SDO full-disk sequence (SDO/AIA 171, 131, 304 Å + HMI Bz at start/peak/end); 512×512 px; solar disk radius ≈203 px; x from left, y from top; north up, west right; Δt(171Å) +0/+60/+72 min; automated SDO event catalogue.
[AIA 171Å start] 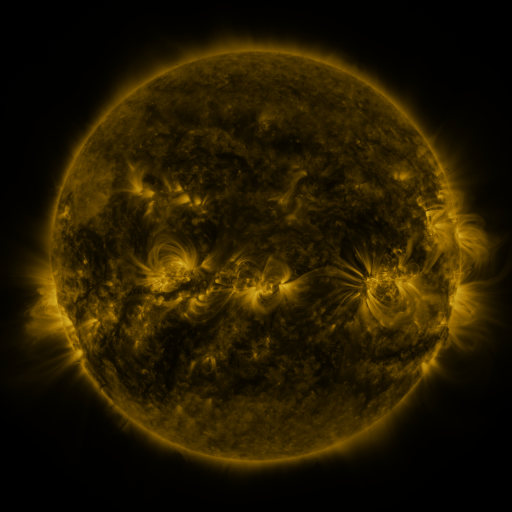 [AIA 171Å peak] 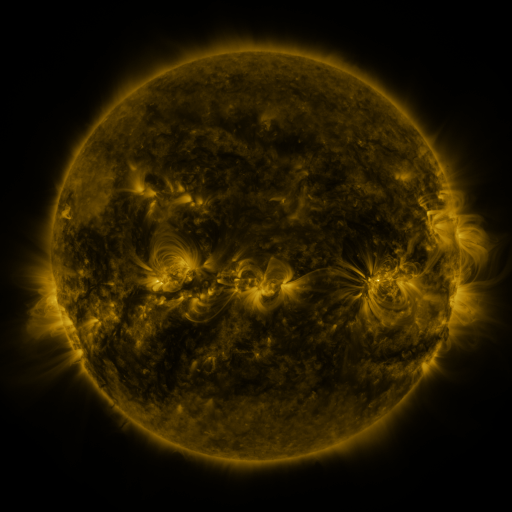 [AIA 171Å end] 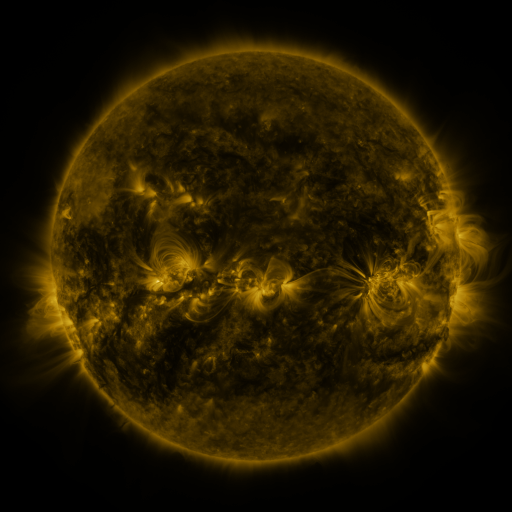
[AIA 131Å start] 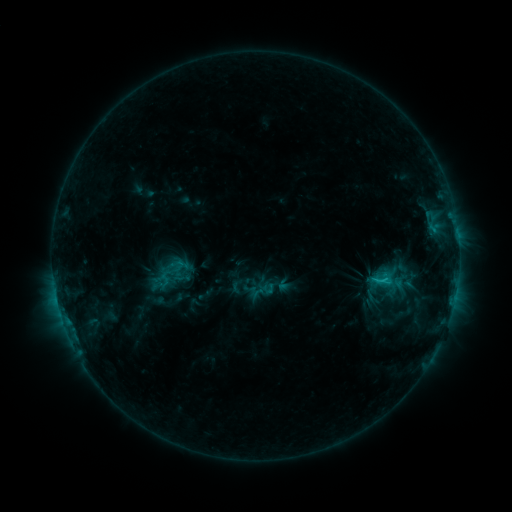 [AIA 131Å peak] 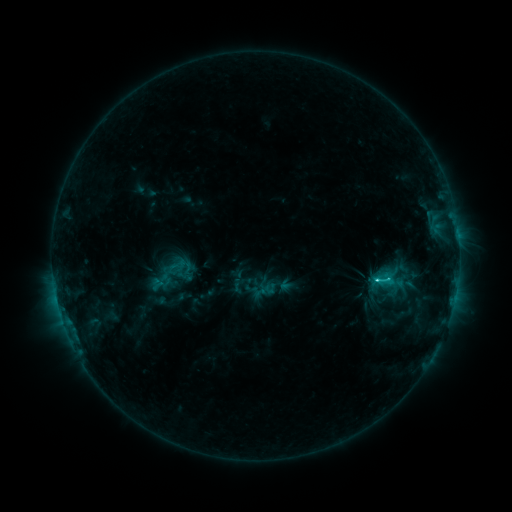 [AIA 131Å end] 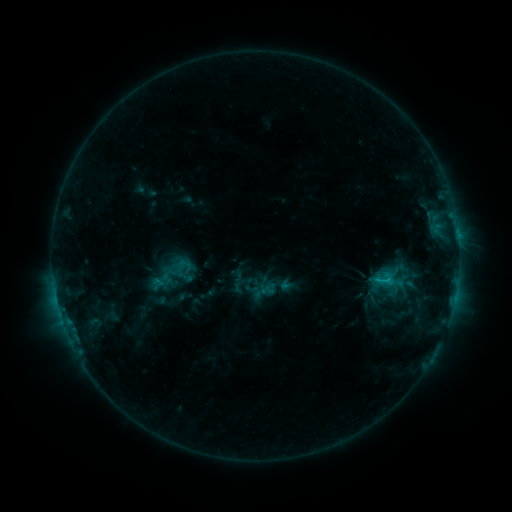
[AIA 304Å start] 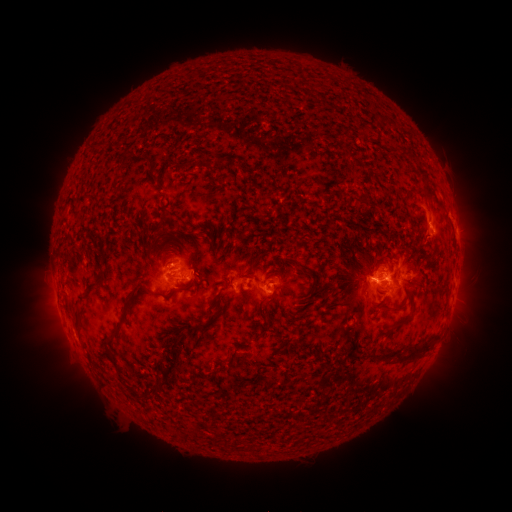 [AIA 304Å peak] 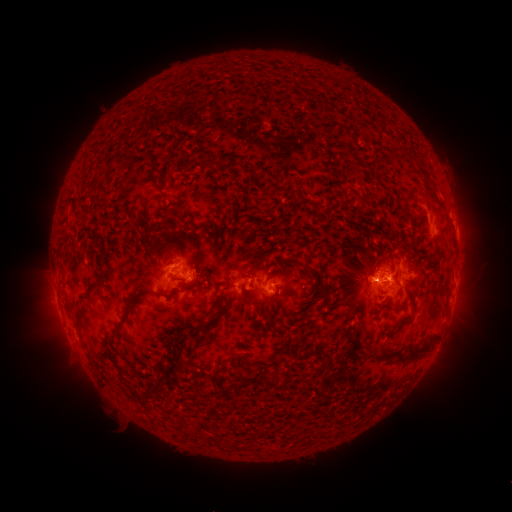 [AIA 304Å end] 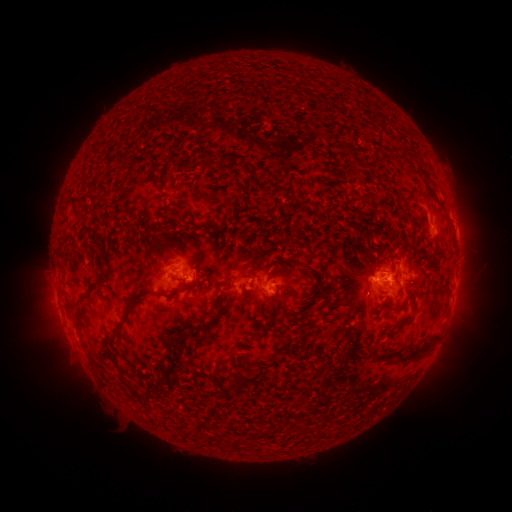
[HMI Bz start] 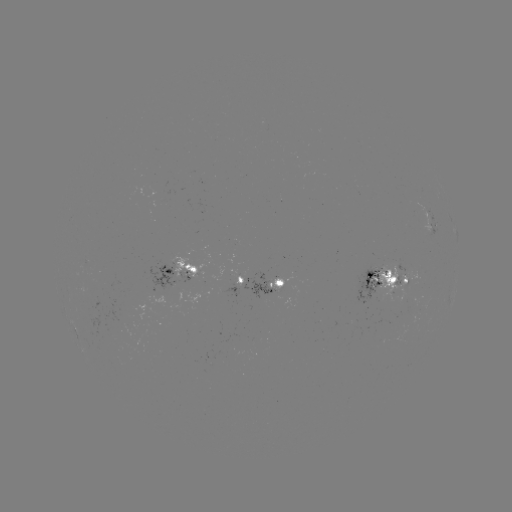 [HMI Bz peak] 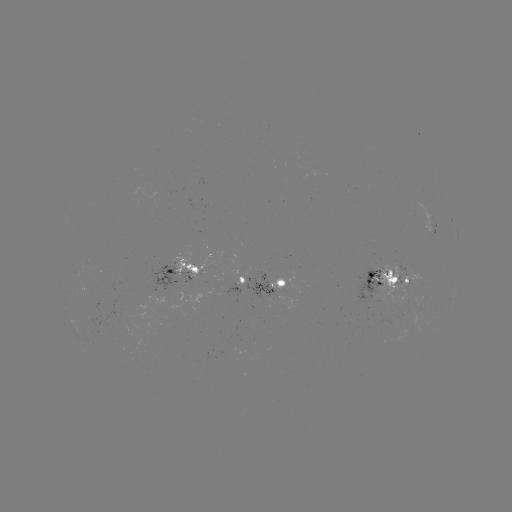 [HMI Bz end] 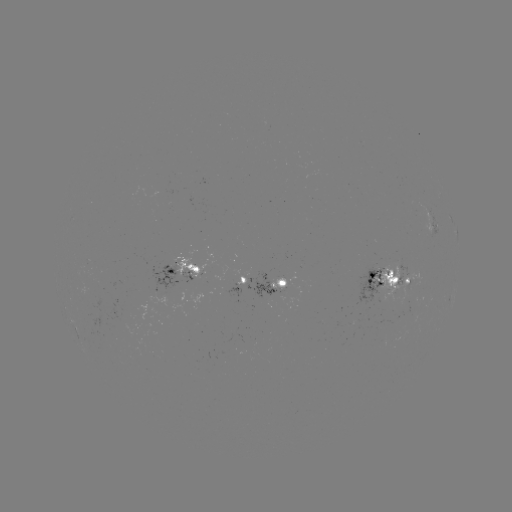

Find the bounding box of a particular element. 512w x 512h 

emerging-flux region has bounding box [268, 278, 285, 293].